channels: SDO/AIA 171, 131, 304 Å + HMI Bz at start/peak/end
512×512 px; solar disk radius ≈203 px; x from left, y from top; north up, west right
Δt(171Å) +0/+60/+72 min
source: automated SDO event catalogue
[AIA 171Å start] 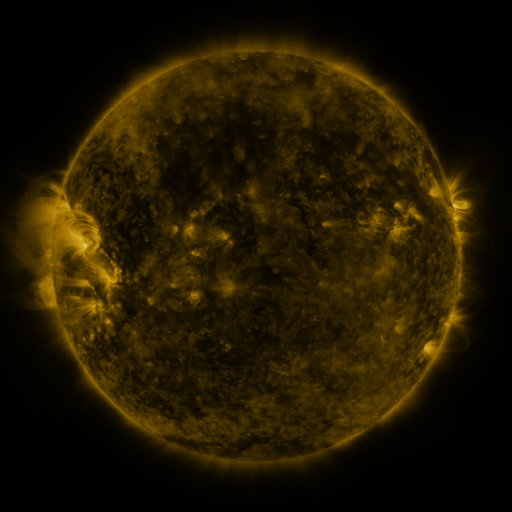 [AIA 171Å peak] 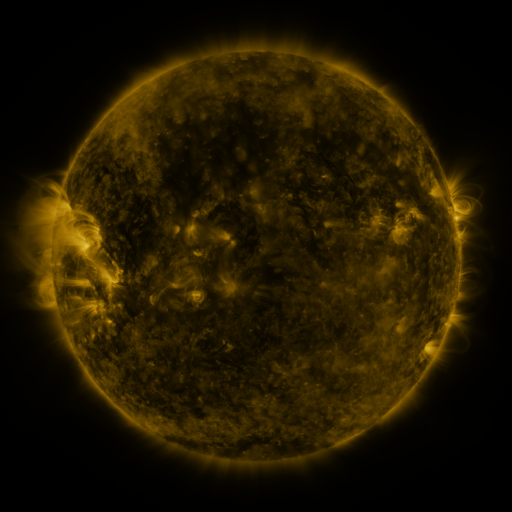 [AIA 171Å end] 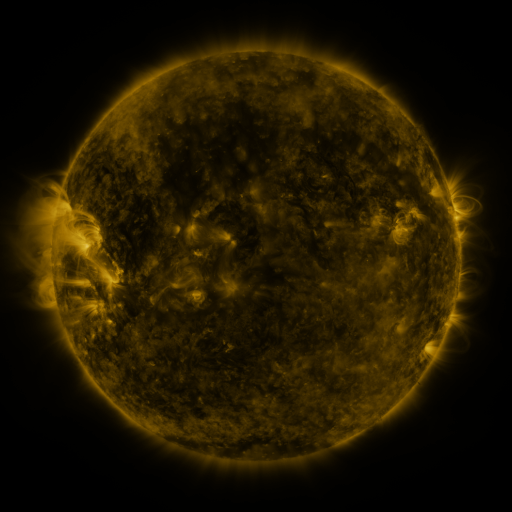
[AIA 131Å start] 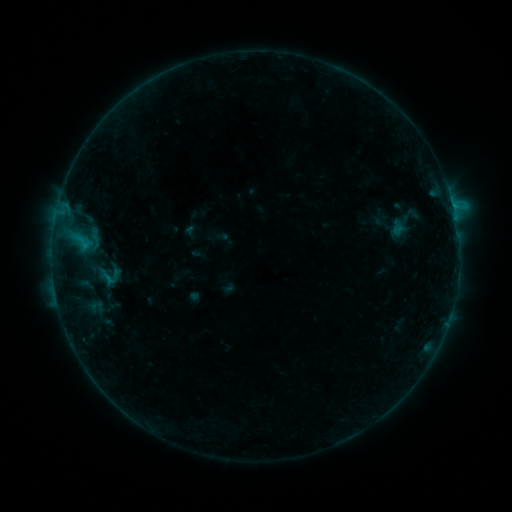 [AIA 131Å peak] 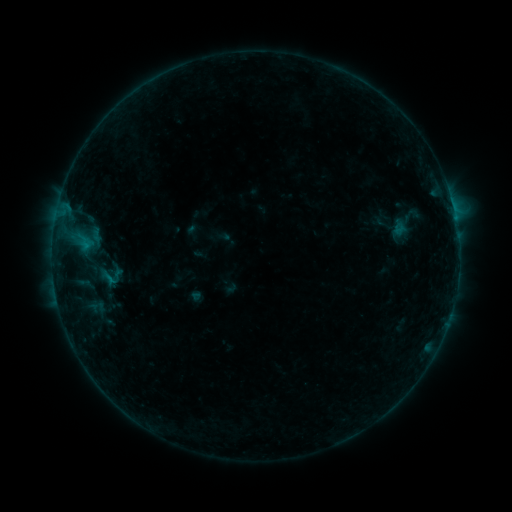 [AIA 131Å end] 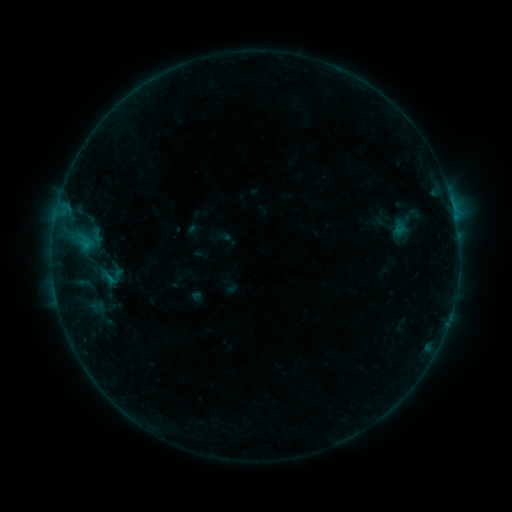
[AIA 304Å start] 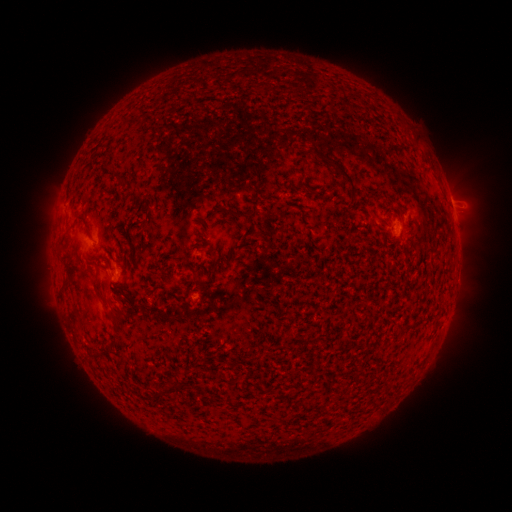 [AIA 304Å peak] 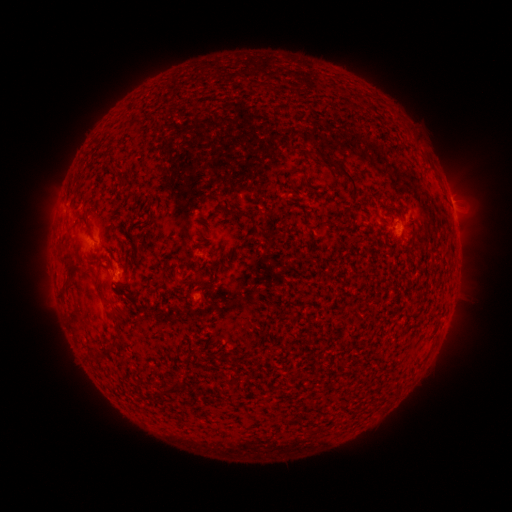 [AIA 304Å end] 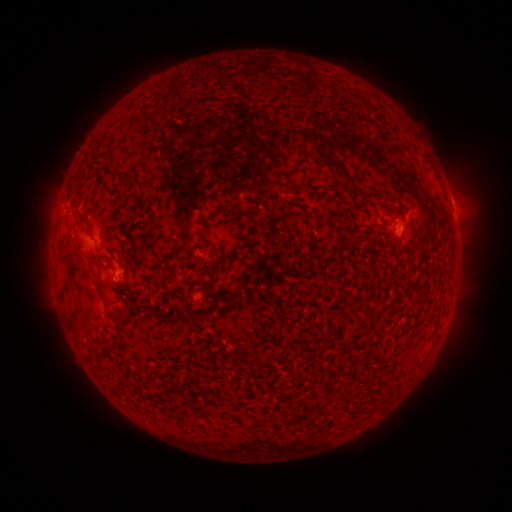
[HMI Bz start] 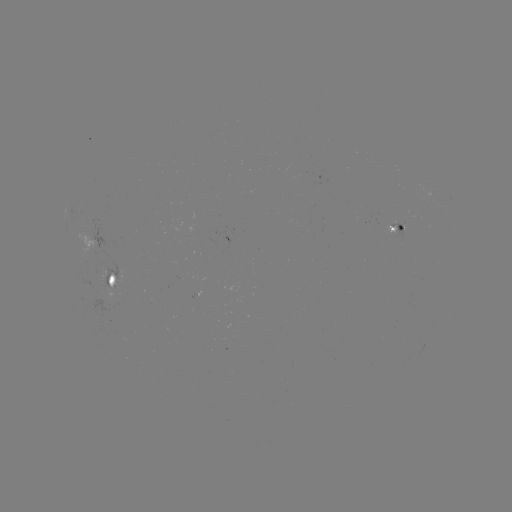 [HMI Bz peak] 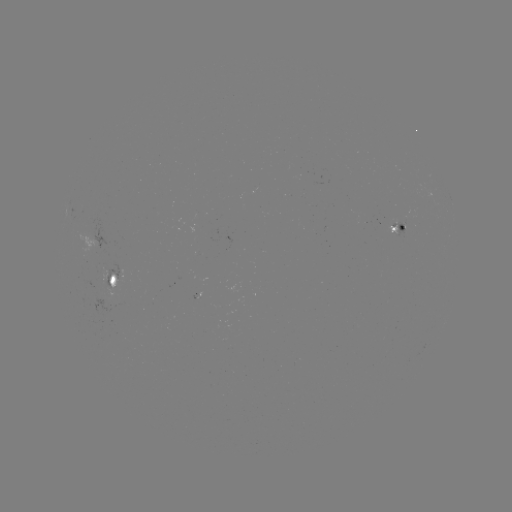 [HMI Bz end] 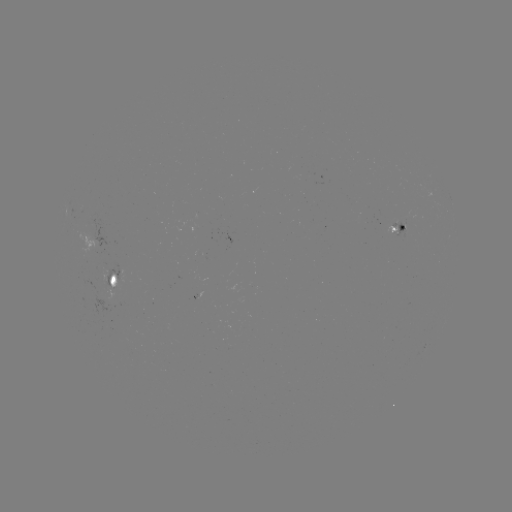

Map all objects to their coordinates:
emerging-flux region: (399, 223)
